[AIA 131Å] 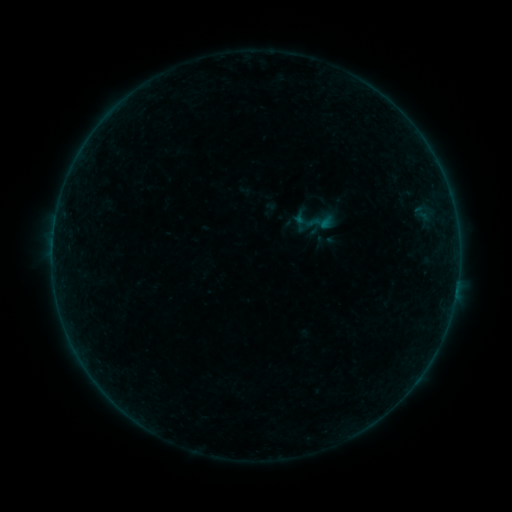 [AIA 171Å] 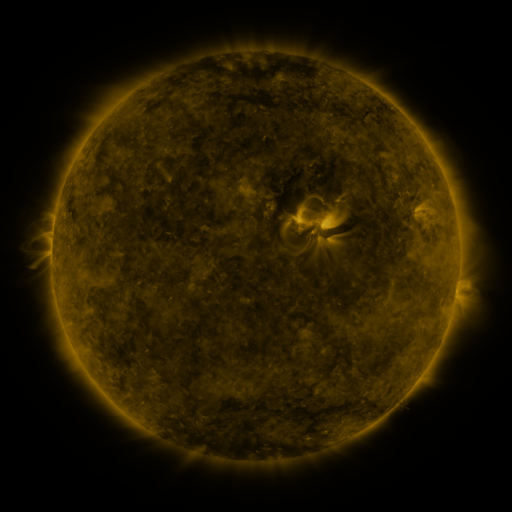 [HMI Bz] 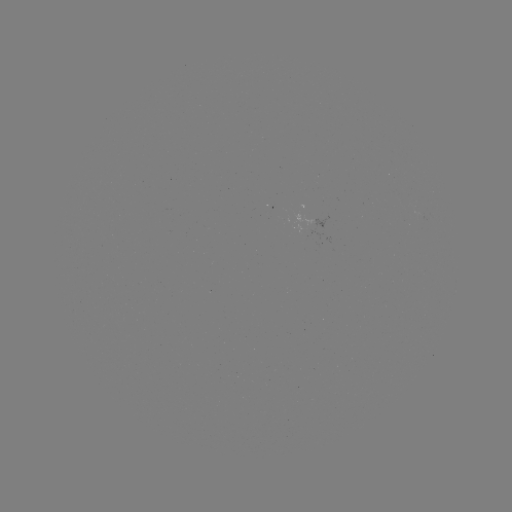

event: sigmoid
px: (321, 222)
